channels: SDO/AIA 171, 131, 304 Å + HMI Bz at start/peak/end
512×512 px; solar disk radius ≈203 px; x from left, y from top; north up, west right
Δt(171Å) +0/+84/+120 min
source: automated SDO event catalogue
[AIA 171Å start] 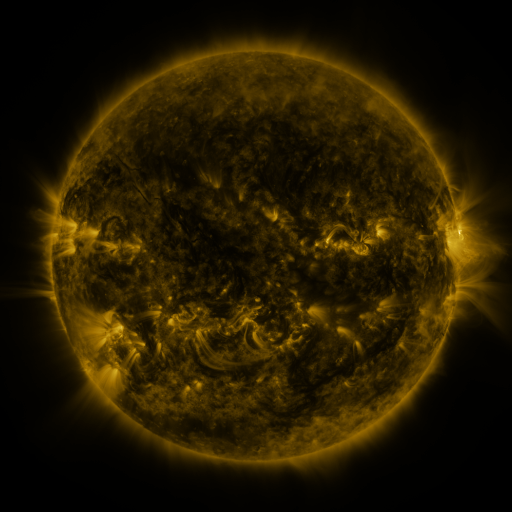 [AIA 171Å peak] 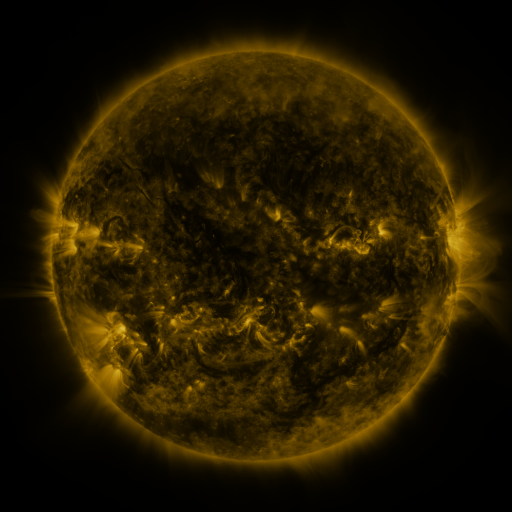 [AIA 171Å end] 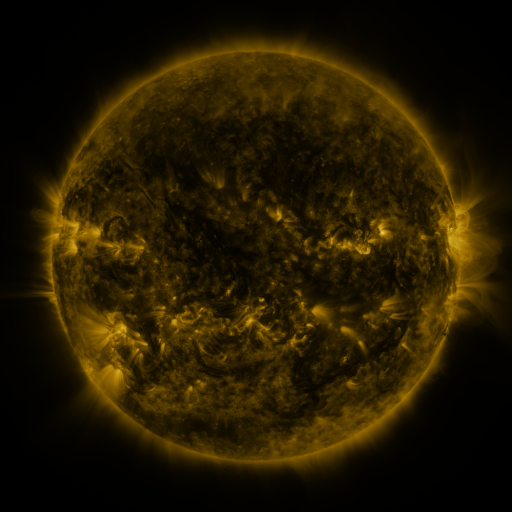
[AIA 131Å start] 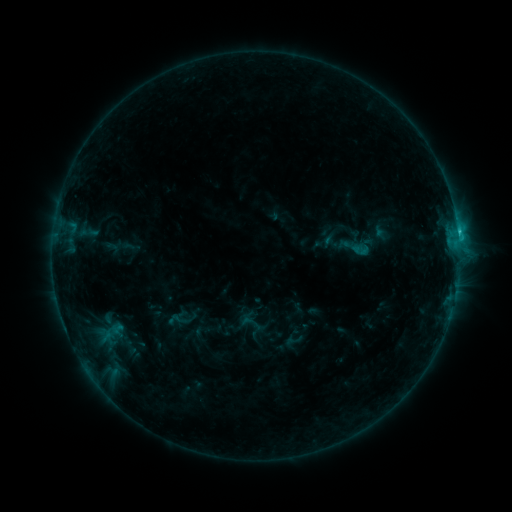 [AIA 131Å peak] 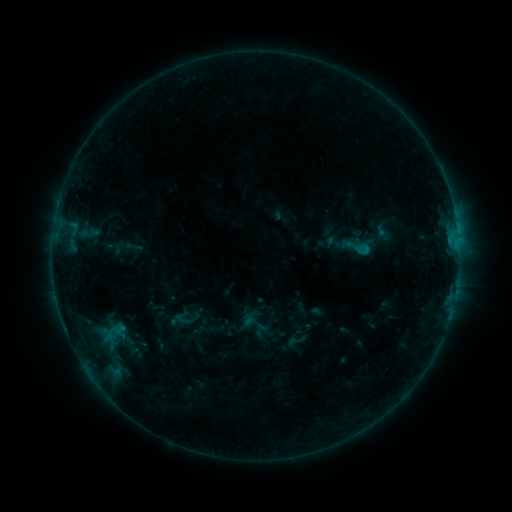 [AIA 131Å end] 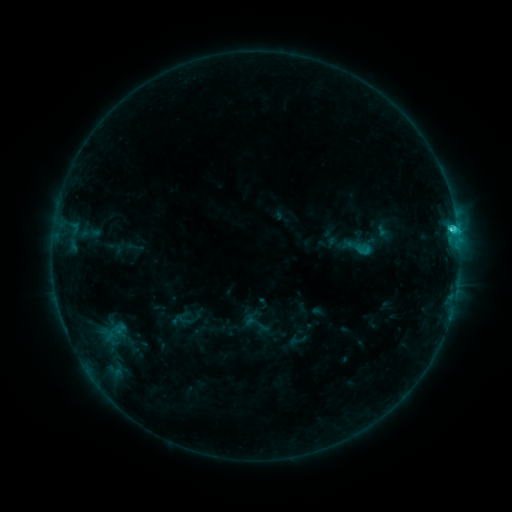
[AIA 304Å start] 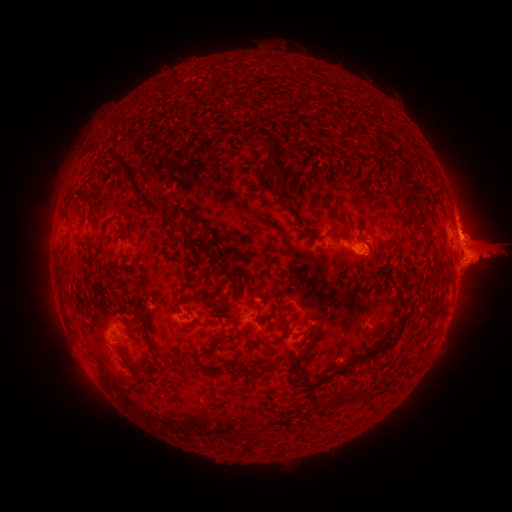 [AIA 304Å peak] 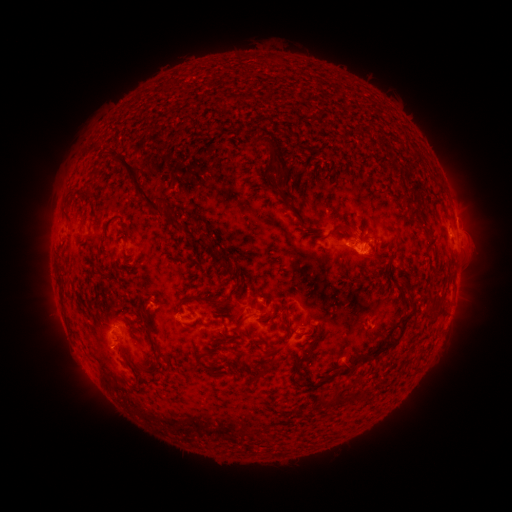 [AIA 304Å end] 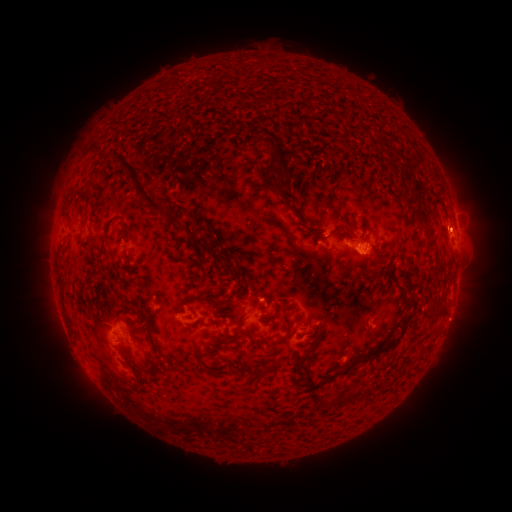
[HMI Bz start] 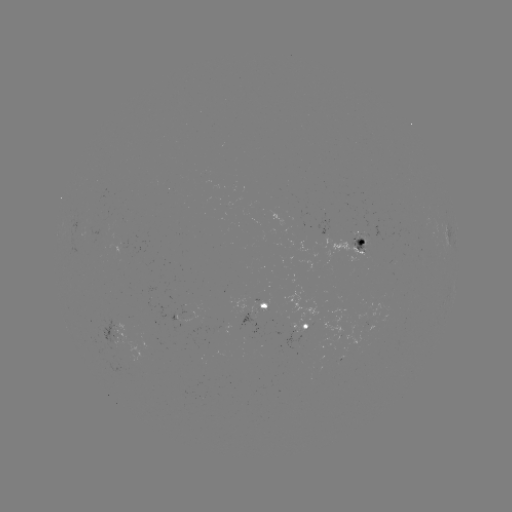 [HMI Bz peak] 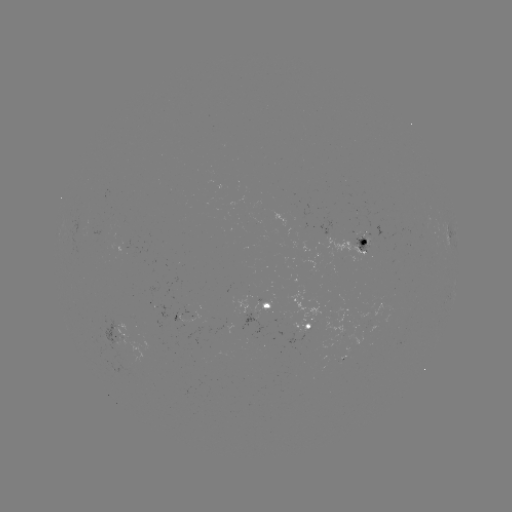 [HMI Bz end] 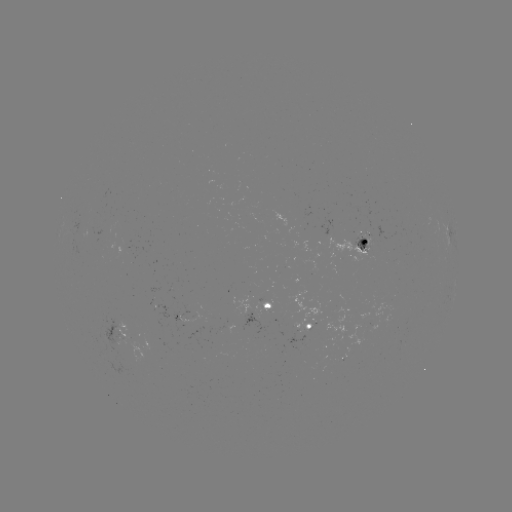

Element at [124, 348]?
emerging-flux region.